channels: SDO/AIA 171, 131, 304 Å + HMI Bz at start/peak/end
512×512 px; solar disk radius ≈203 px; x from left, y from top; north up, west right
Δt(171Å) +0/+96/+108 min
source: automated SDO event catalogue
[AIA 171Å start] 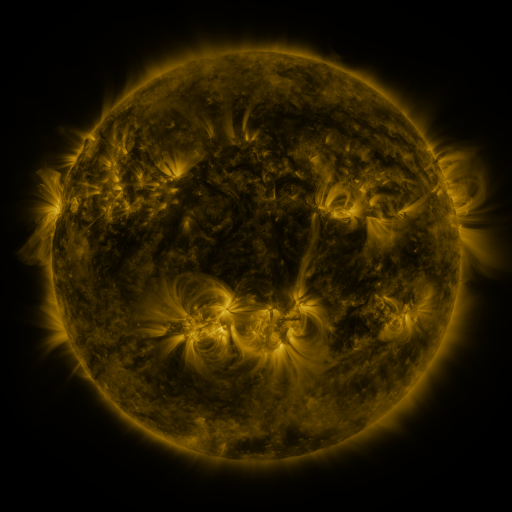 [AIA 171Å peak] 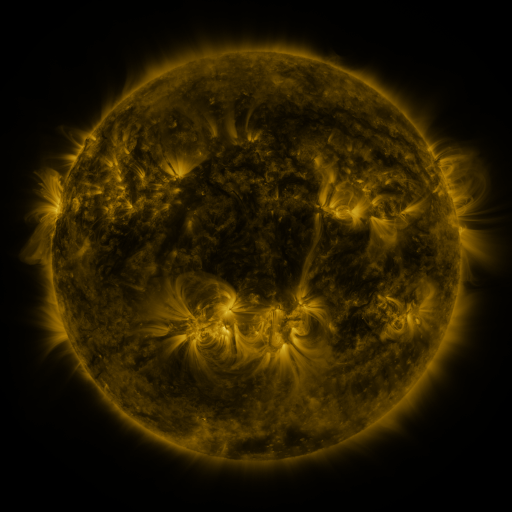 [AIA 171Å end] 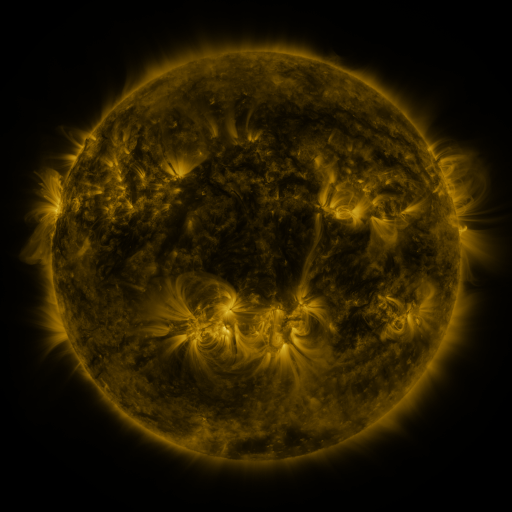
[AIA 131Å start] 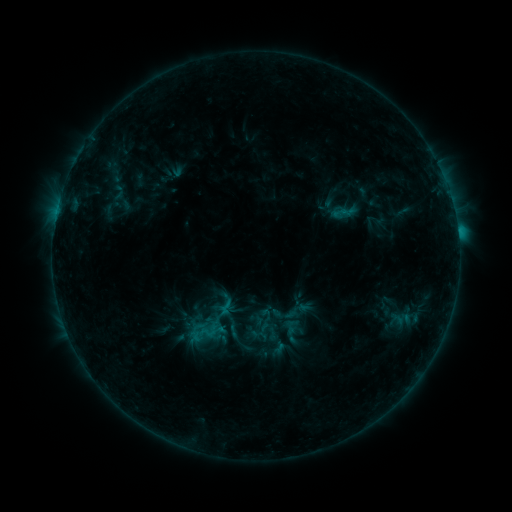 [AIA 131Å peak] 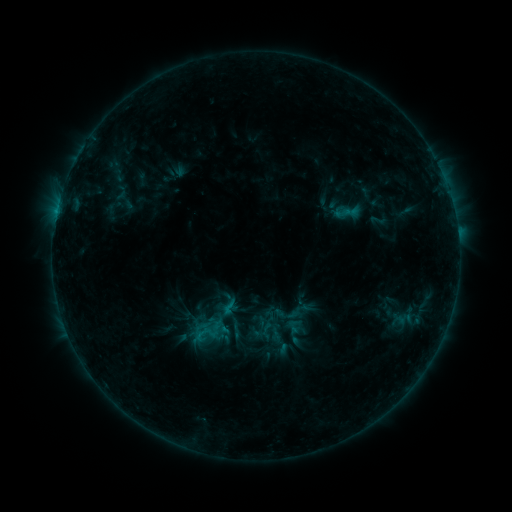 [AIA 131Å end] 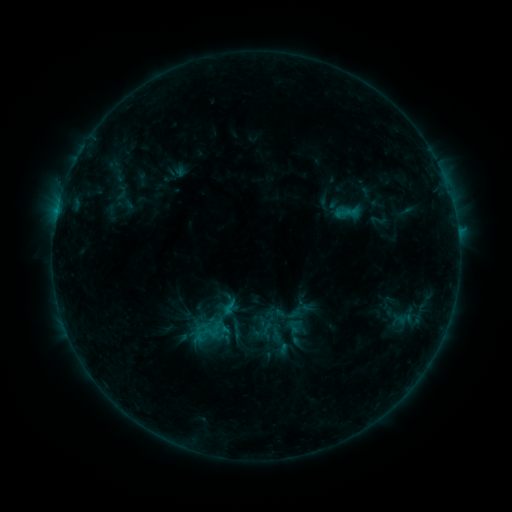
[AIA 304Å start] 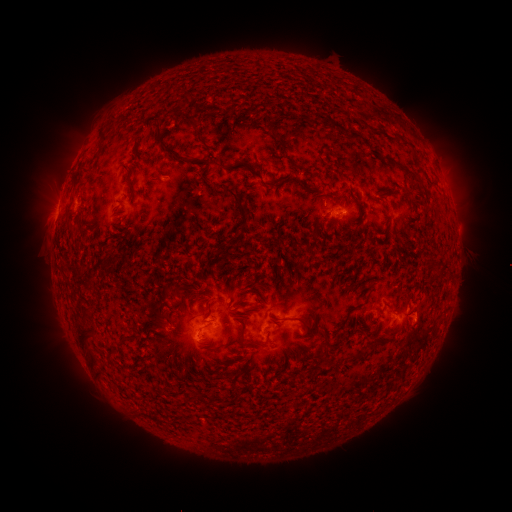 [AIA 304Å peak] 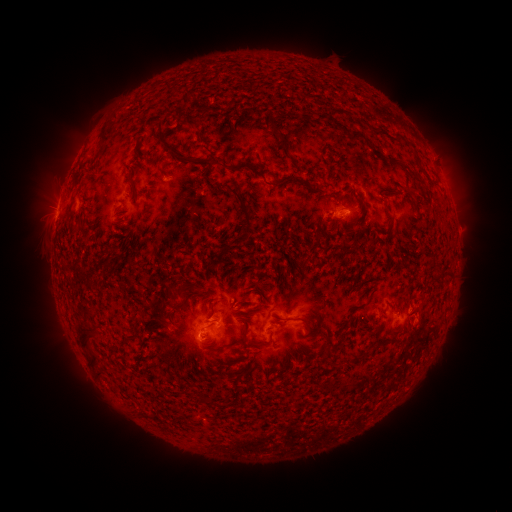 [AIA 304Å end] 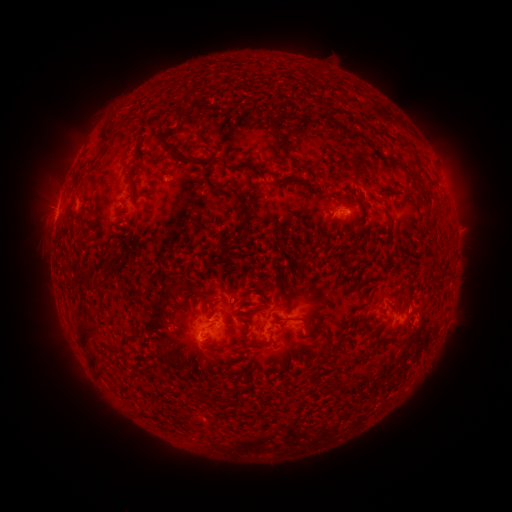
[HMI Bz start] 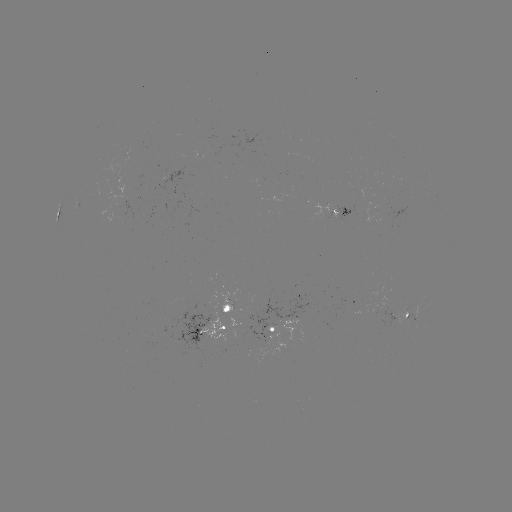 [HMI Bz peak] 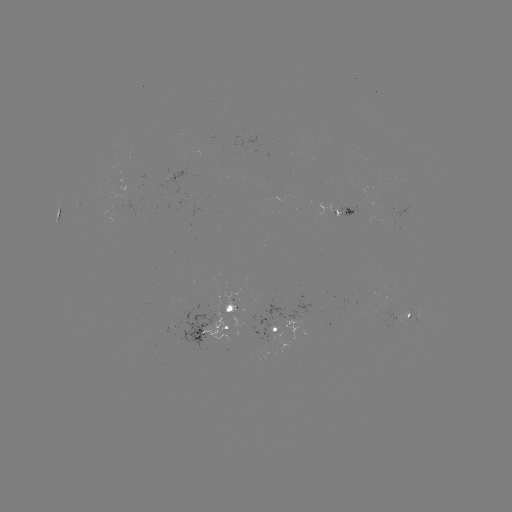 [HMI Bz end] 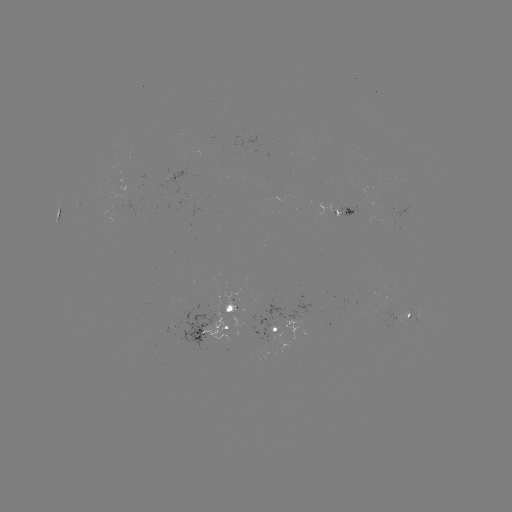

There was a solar emerging-flux region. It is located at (408, 313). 